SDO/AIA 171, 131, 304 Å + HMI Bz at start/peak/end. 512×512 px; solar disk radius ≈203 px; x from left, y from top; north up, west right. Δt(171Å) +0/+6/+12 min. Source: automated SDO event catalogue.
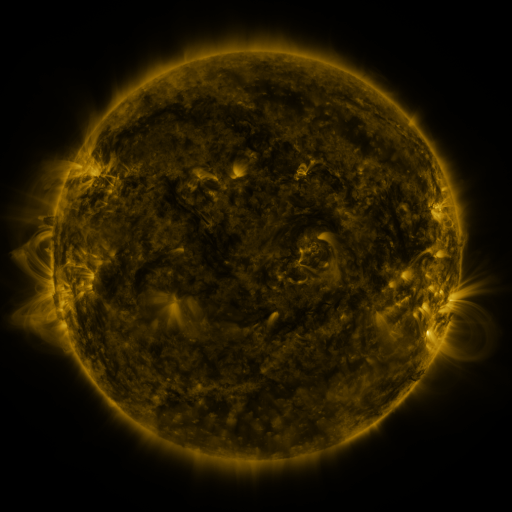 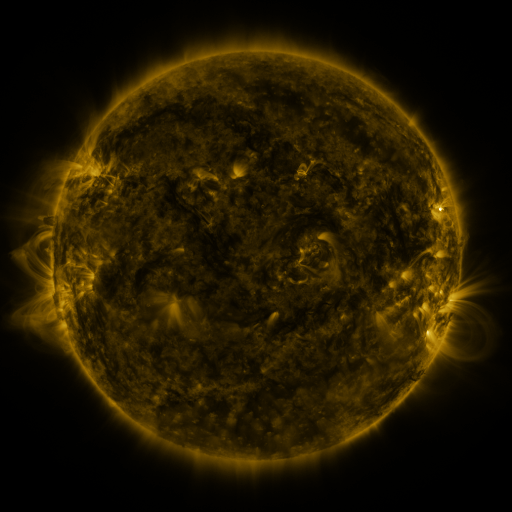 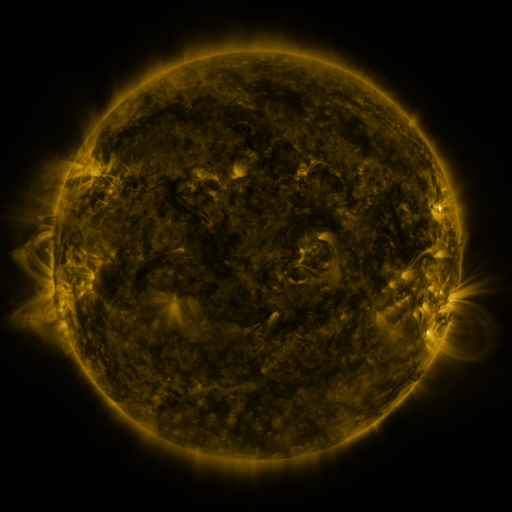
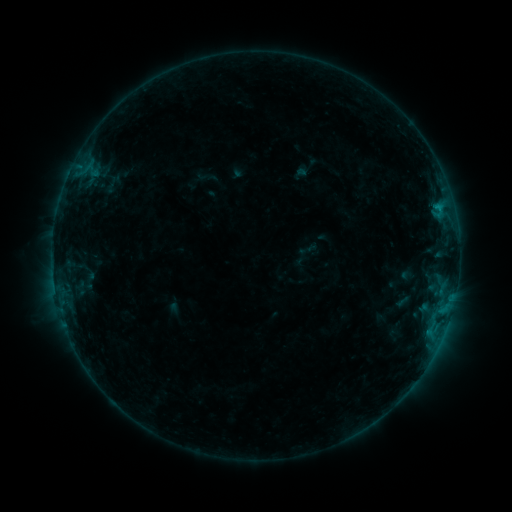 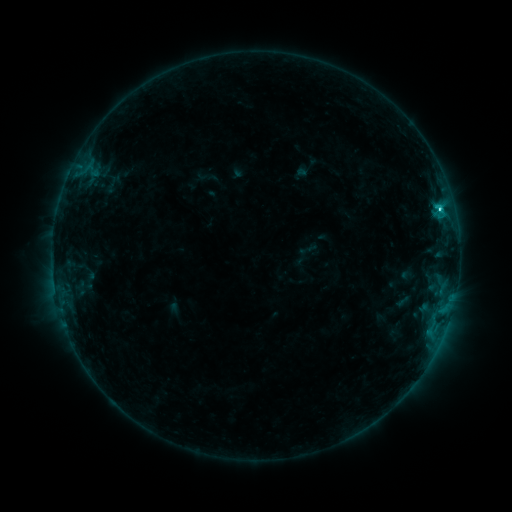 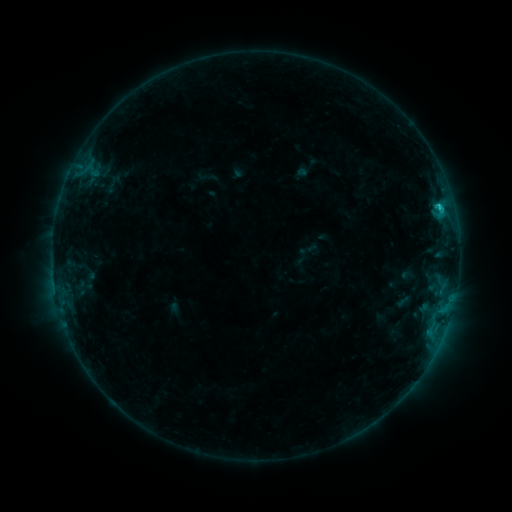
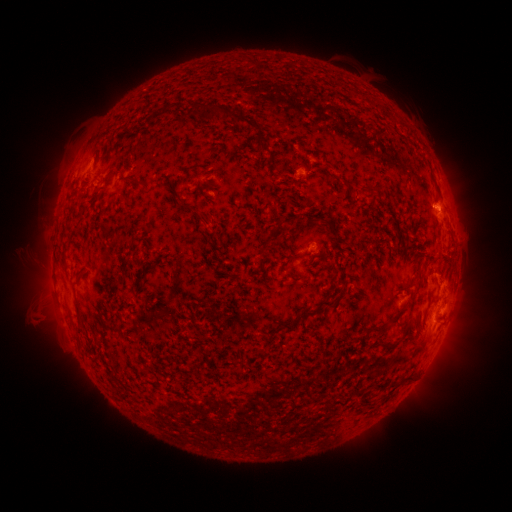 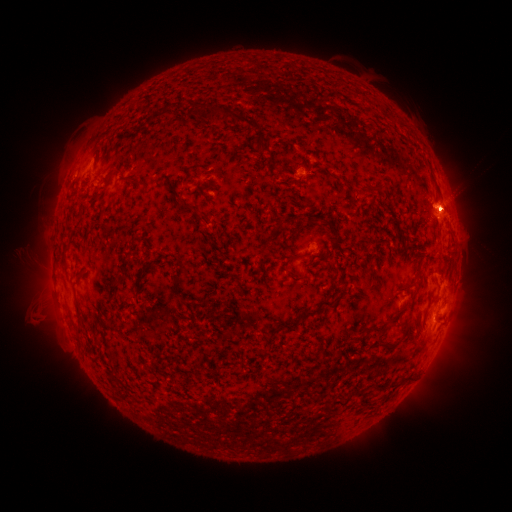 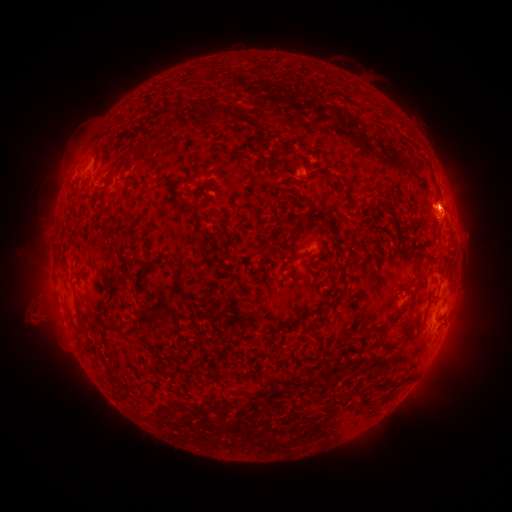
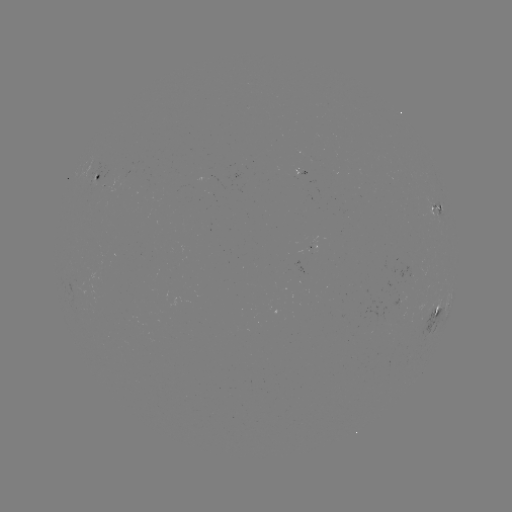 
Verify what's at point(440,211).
C2.3 flare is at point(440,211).